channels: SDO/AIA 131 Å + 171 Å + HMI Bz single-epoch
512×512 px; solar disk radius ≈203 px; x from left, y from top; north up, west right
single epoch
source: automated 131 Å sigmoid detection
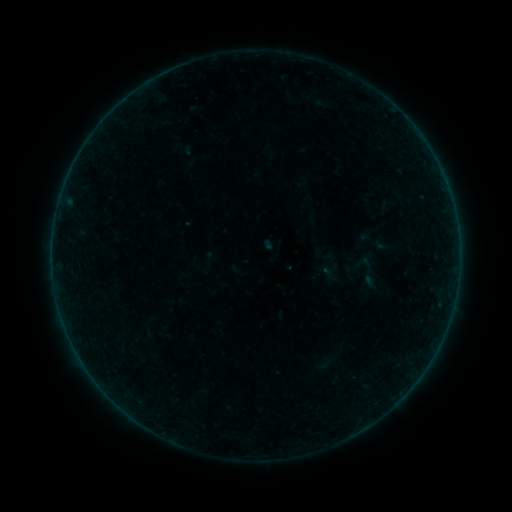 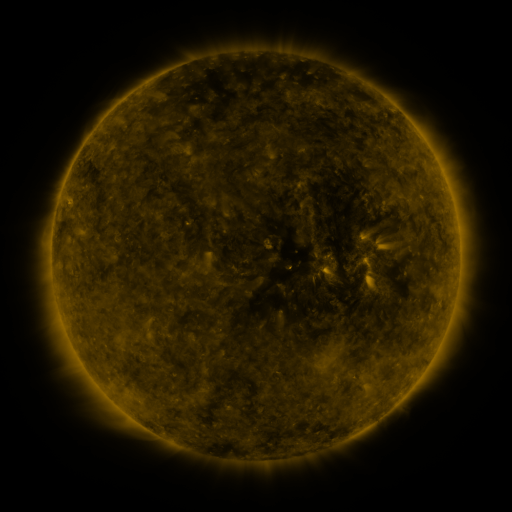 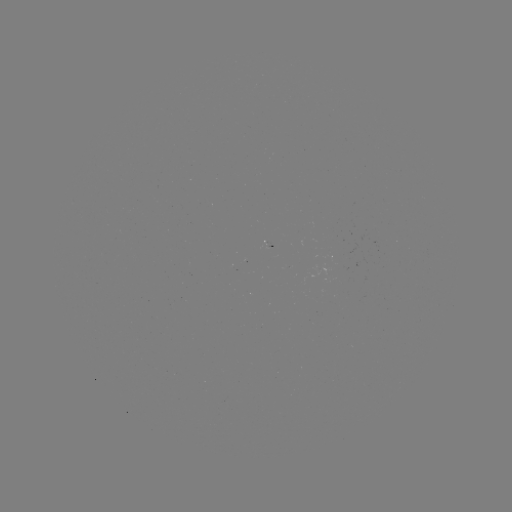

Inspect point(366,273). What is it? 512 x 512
sigmoid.